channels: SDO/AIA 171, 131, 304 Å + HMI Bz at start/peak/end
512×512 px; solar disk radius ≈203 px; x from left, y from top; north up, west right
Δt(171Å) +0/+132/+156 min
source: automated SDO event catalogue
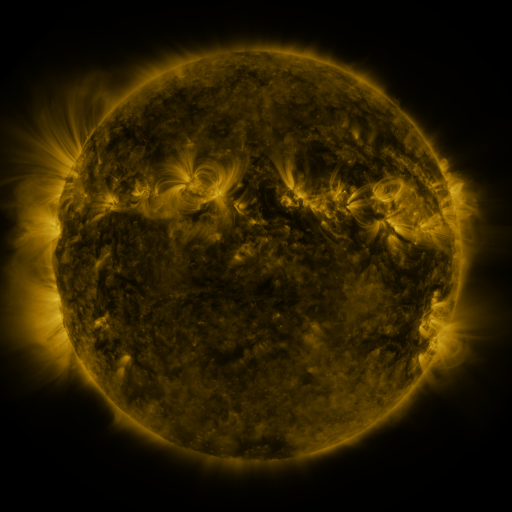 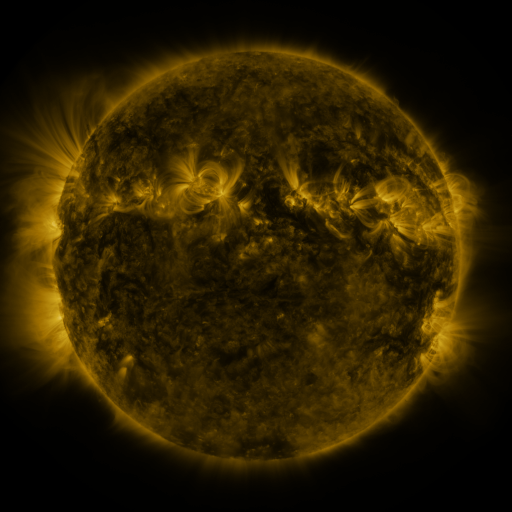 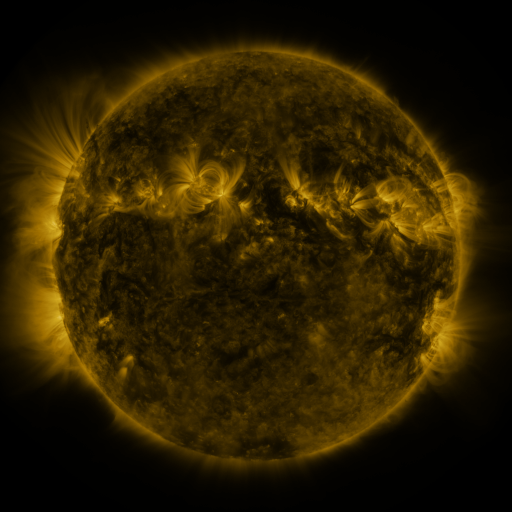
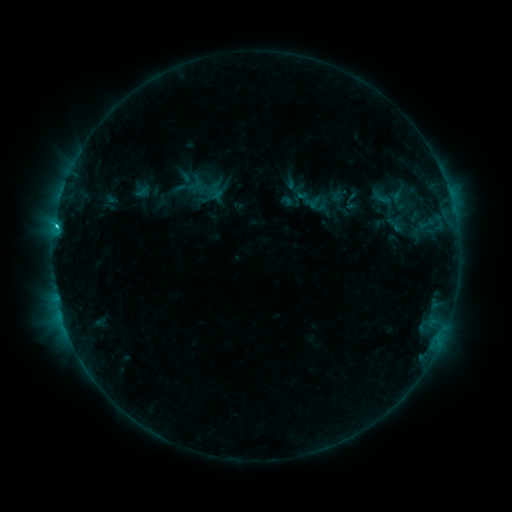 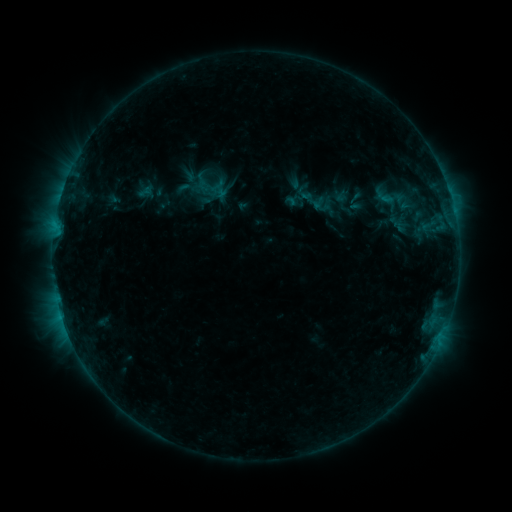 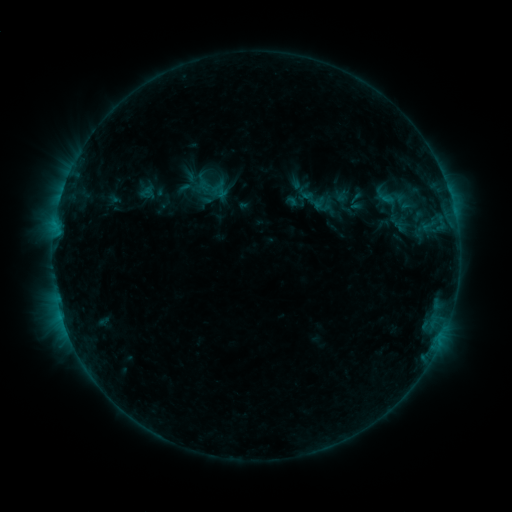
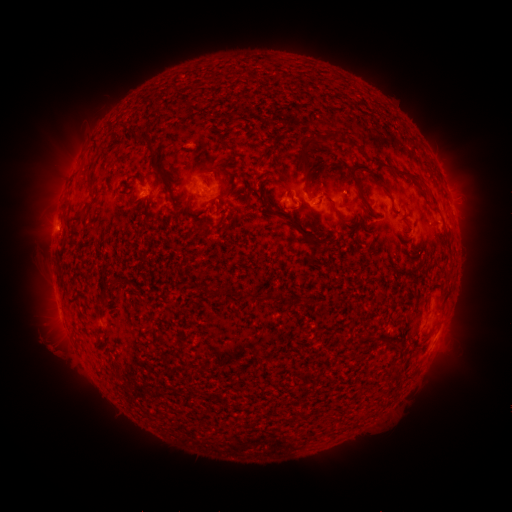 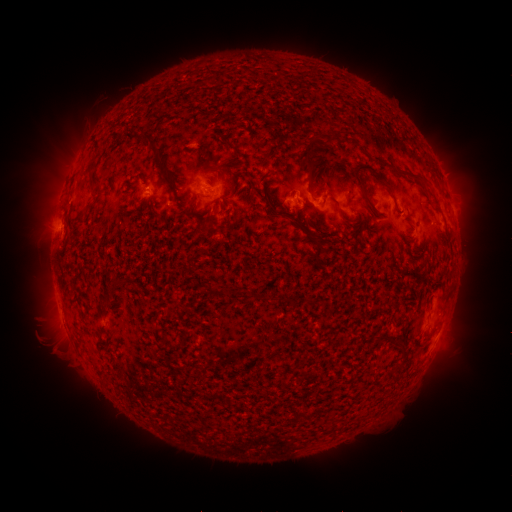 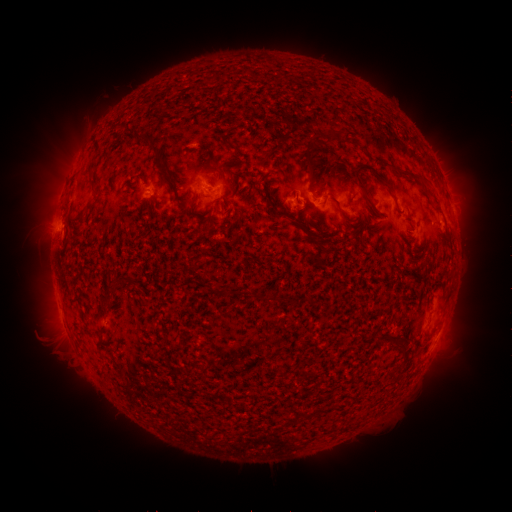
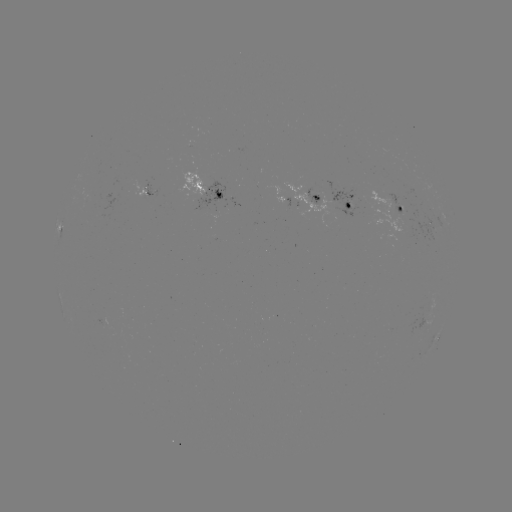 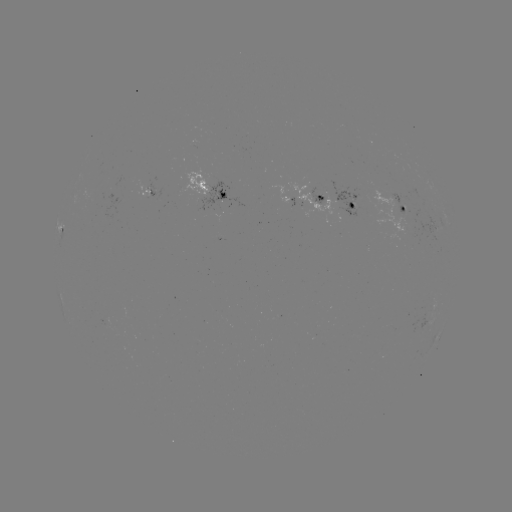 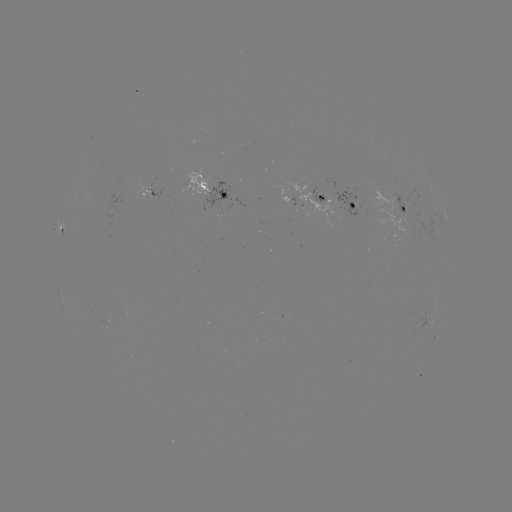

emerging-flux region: [308, 188, 325, 205]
